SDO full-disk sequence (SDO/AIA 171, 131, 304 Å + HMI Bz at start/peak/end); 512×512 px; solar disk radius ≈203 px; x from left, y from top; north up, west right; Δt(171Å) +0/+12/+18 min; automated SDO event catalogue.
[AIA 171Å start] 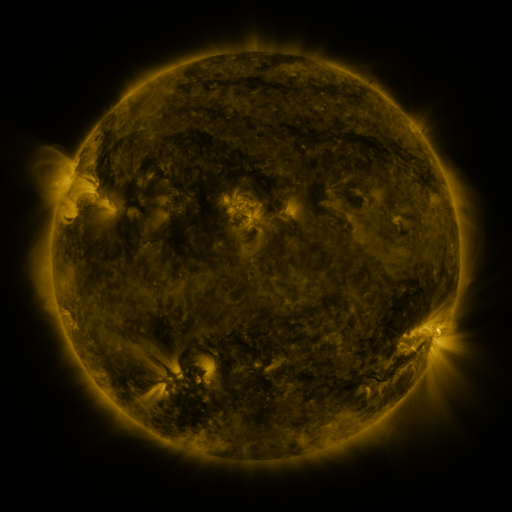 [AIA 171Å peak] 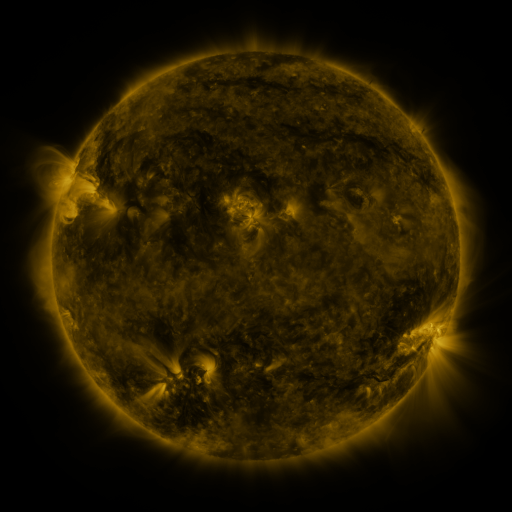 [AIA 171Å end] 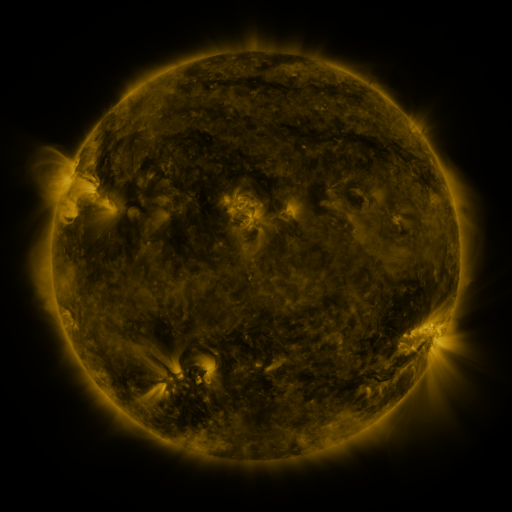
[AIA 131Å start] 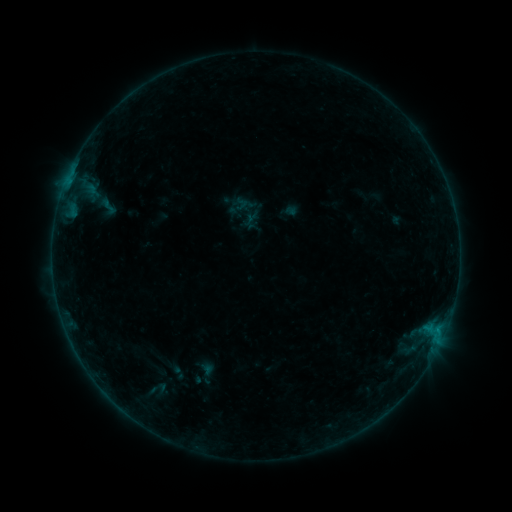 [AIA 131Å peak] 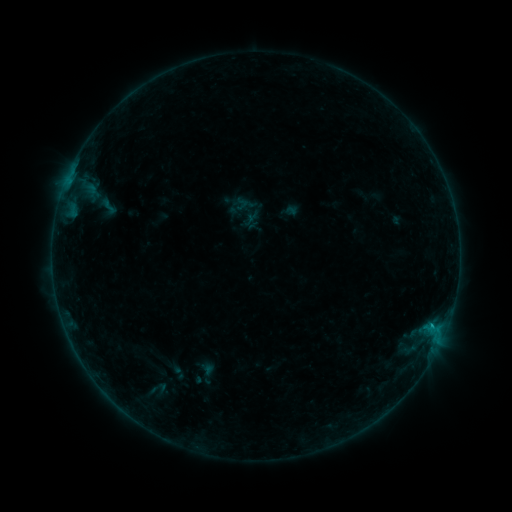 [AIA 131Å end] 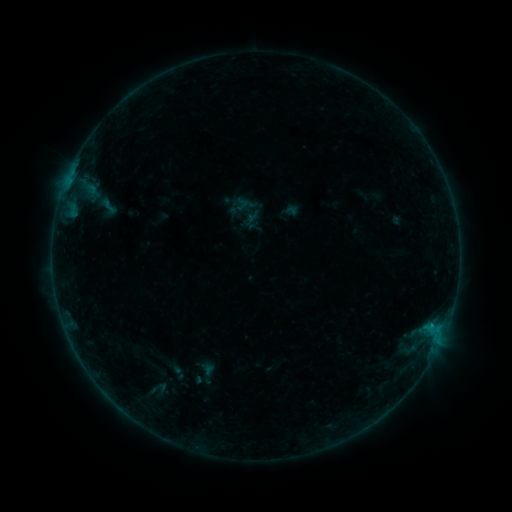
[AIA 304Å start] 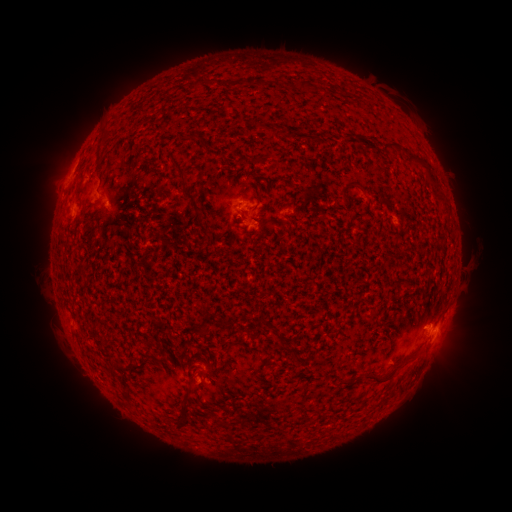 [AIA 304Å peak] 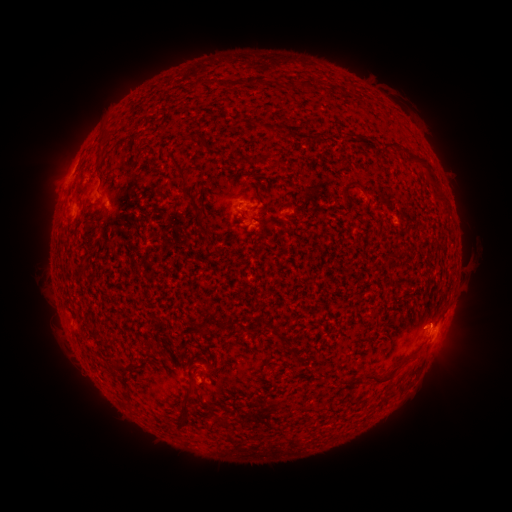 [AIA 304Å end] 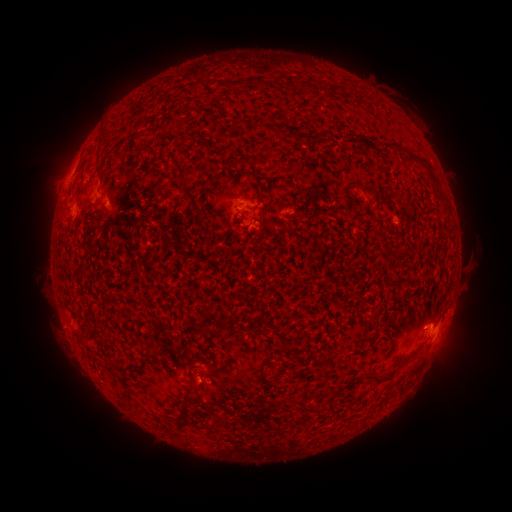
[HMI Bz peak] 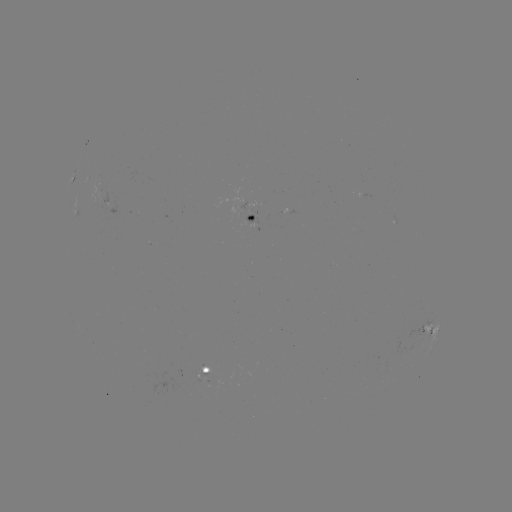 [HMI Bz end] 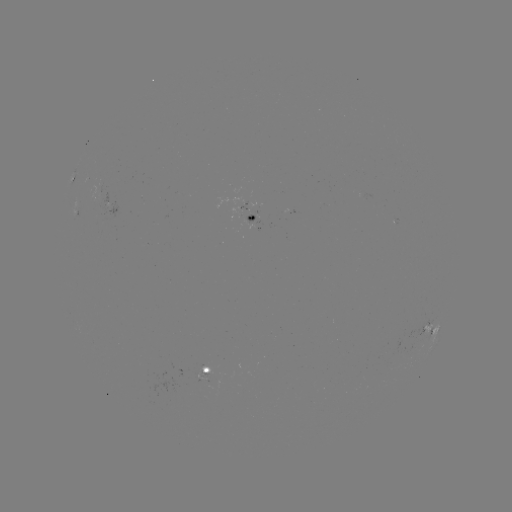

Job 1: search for B3.2 flare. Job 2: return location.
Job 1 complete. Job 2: (430, 323).